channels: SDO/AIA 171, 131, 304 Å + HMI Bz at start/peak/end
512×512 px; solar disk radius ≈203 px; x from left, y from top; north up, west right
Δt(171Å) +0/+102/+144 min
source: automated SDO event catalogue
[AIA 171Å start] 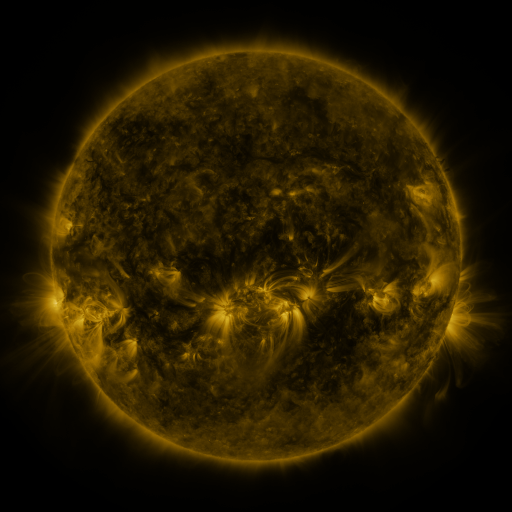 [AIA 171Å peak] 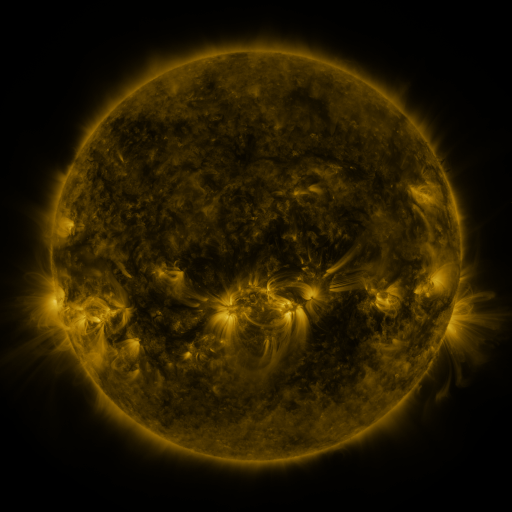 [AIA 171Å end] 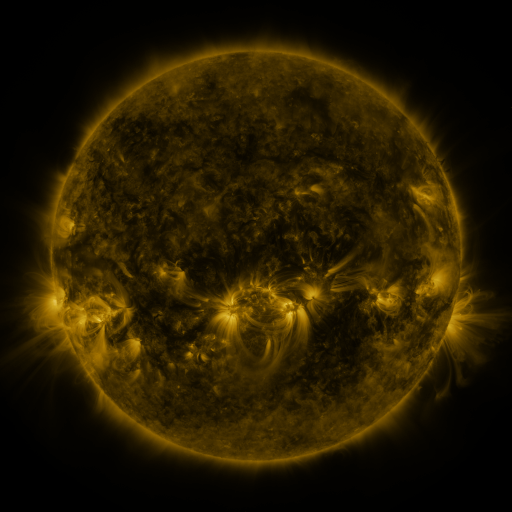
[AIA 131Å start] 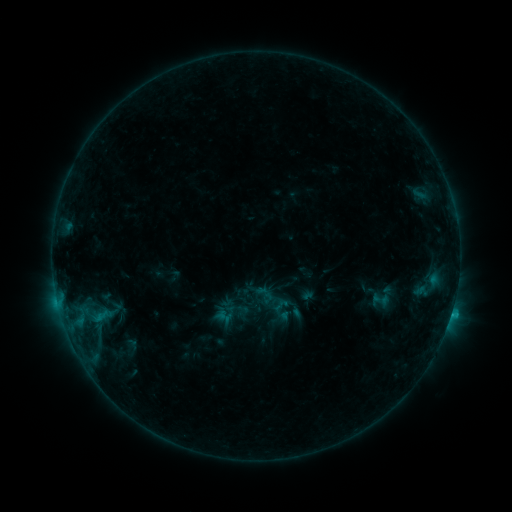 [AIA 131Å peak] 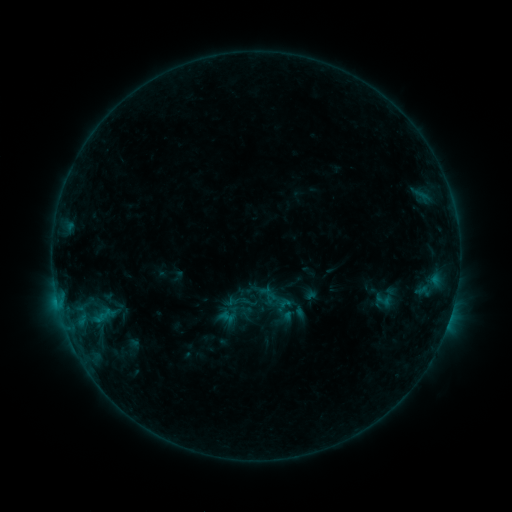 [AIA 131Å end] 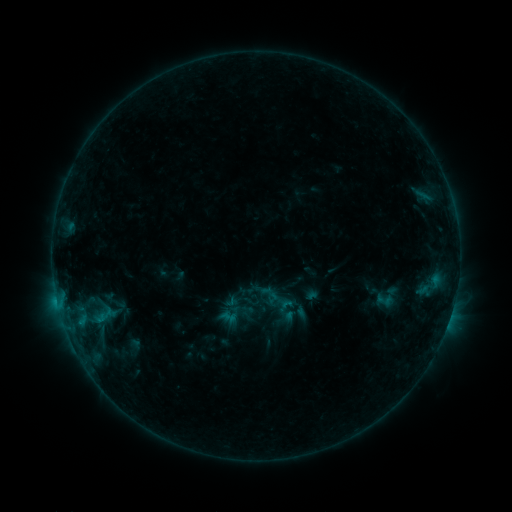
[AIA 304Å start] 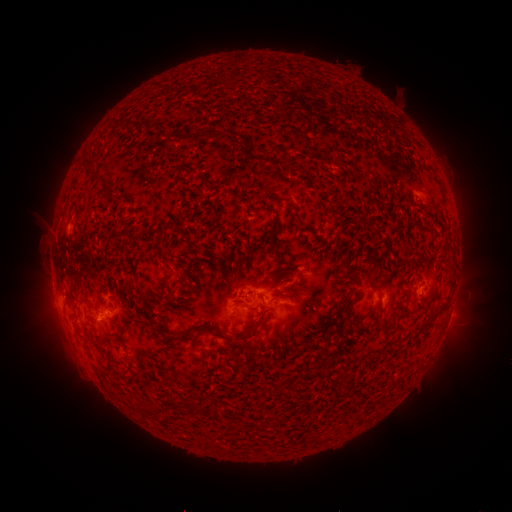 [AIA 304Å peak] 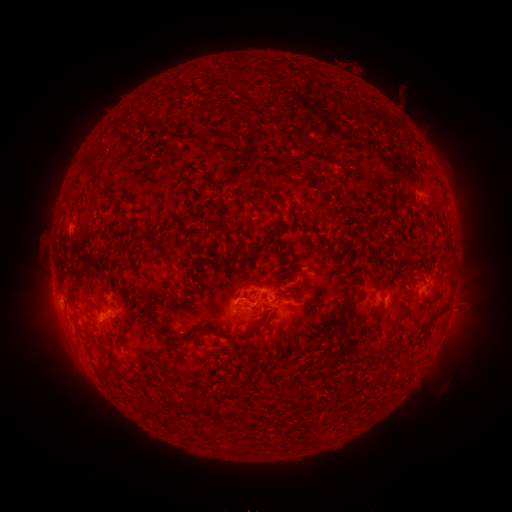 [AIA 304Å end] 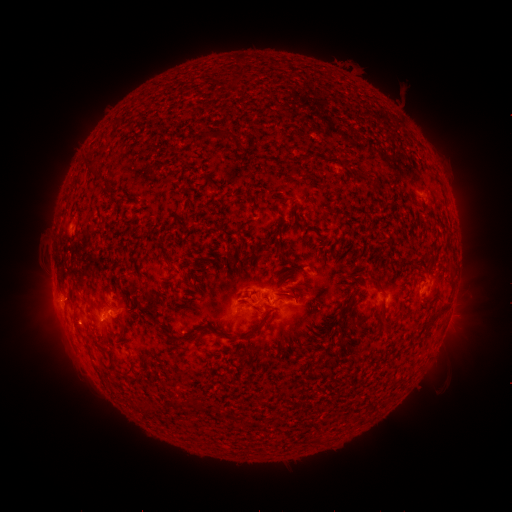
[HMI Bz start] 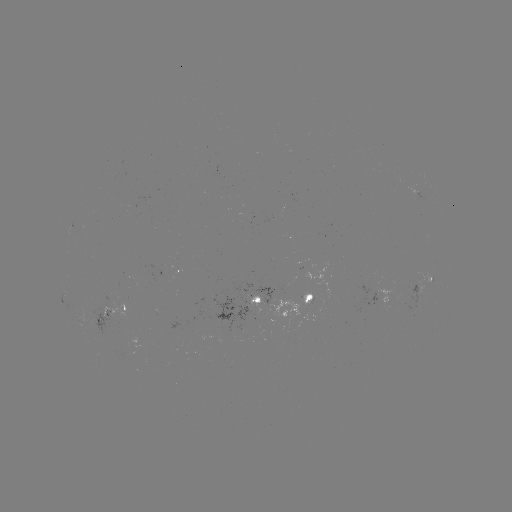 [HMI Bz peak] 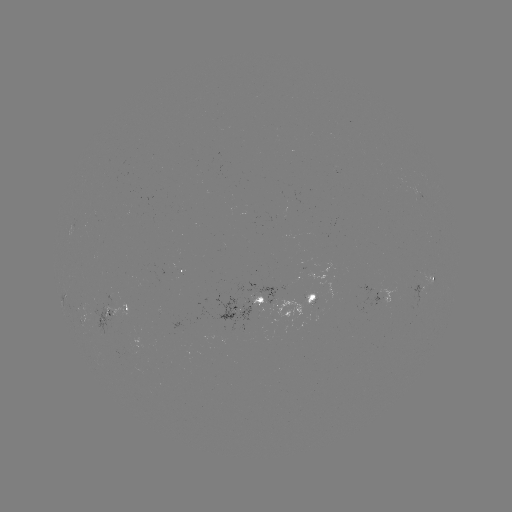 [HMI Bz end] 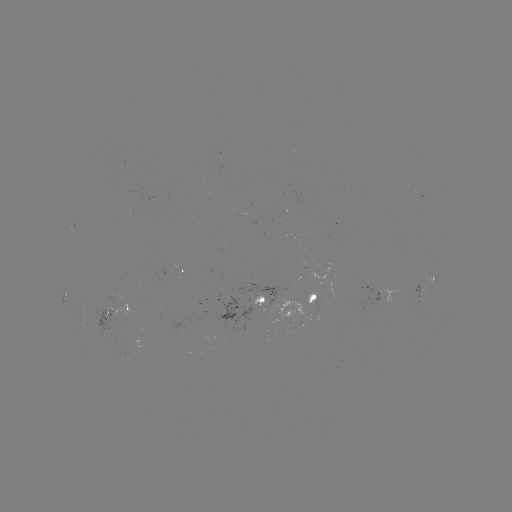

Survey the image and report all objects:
emerging-flux region: (255, 303)
